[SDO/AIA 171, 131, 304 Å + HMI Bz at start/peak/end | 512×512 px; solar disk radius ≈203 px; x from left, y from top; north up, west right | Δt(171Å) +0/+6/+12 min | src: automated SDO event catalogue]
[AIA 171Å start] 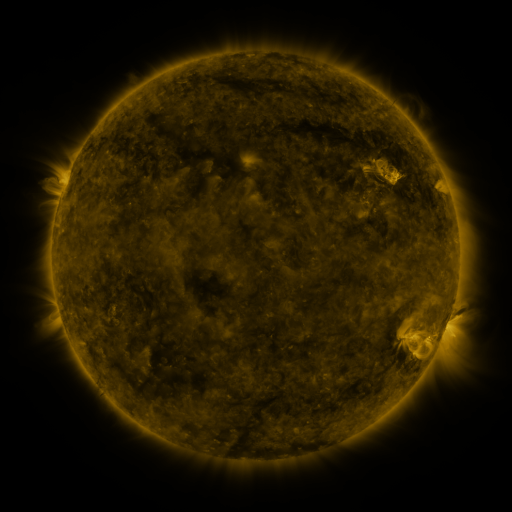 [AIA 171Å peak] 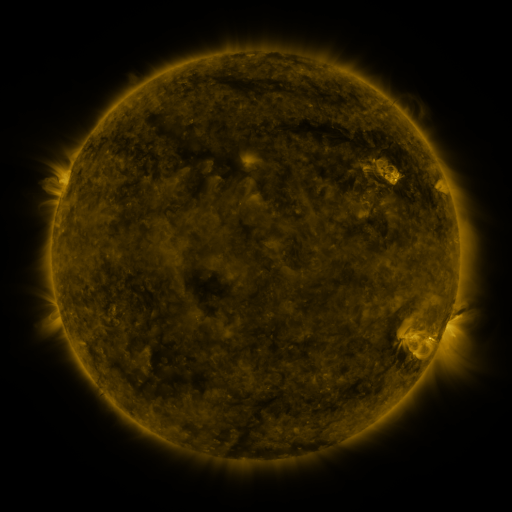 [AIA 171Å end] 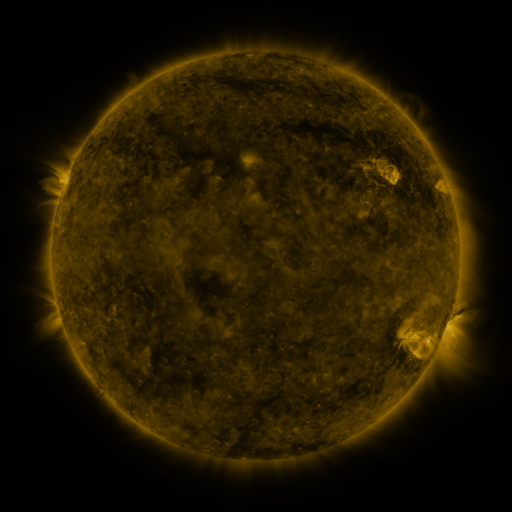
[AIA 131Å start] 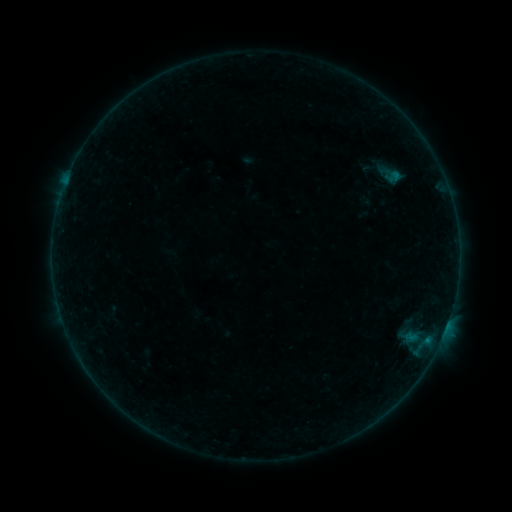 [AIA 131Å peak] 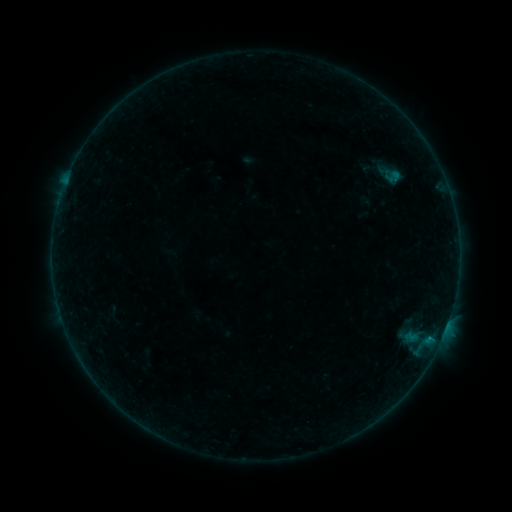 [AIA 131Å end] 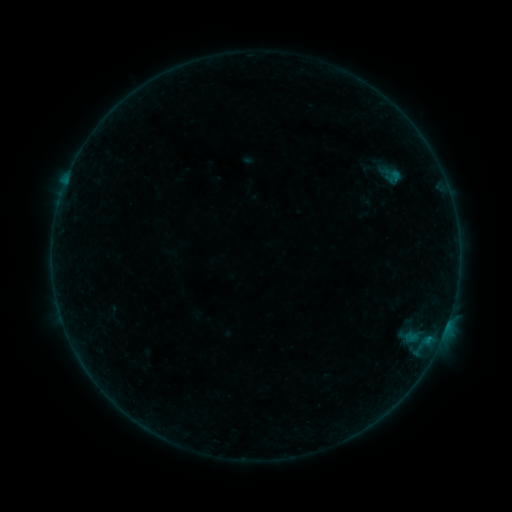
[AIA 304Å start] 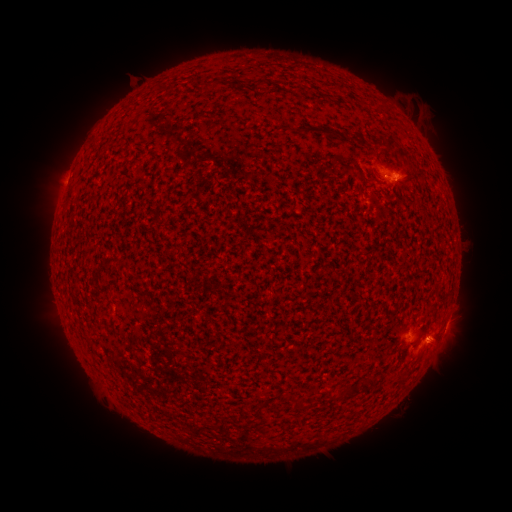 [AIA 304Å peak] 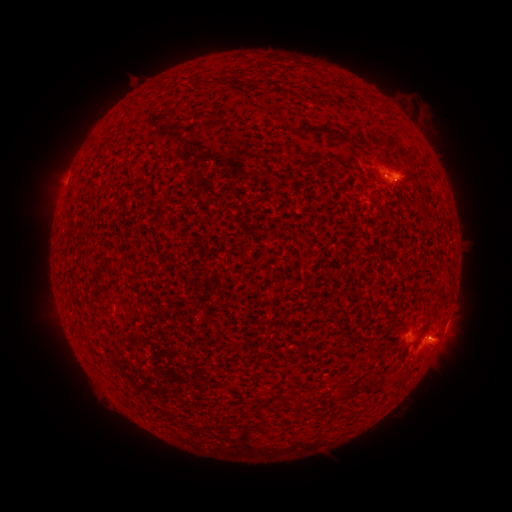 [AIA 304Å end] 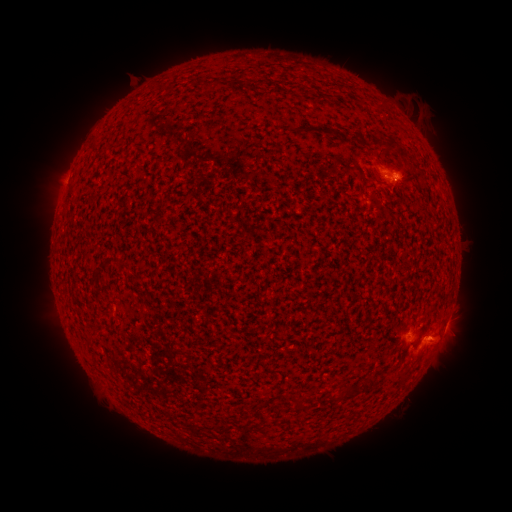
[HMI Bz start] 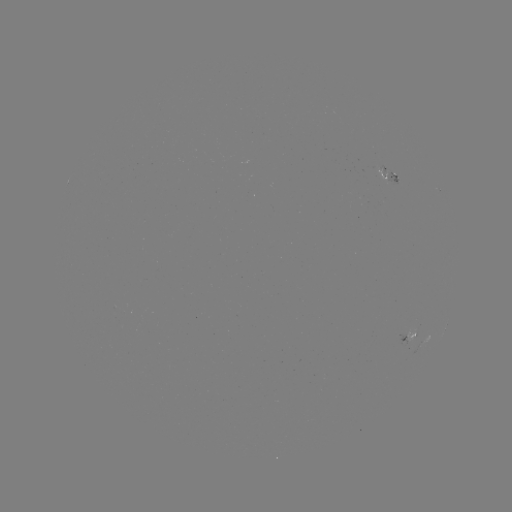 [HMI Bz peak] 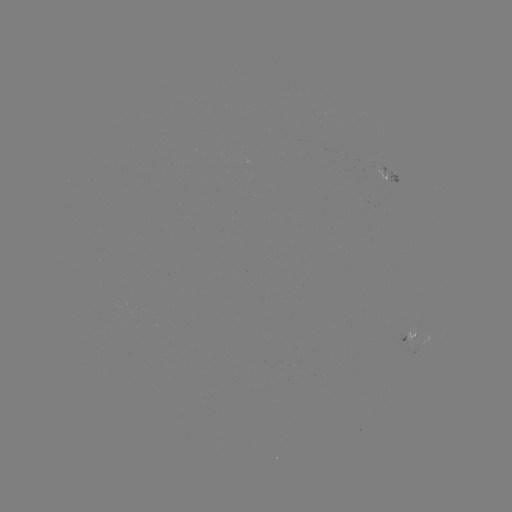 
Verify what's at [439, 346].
eruption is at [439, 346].